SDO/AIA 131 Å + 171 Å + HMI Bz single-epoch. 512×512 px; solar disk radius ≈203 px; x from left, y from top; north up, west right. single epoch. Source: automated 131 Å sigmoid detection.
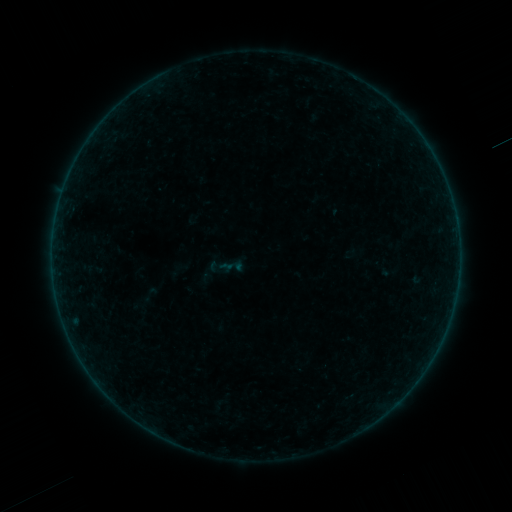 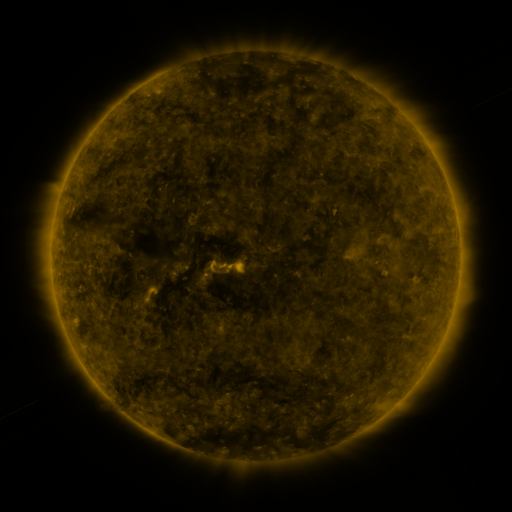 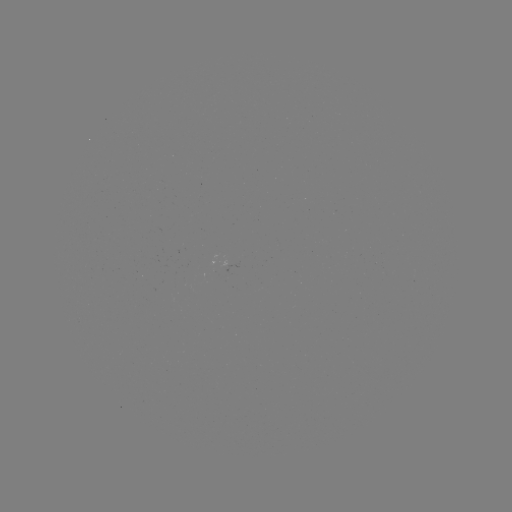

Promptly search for sigmoid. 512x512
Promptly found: [149, 295].